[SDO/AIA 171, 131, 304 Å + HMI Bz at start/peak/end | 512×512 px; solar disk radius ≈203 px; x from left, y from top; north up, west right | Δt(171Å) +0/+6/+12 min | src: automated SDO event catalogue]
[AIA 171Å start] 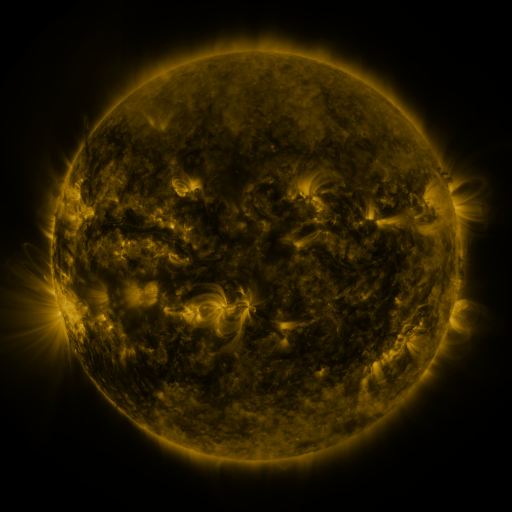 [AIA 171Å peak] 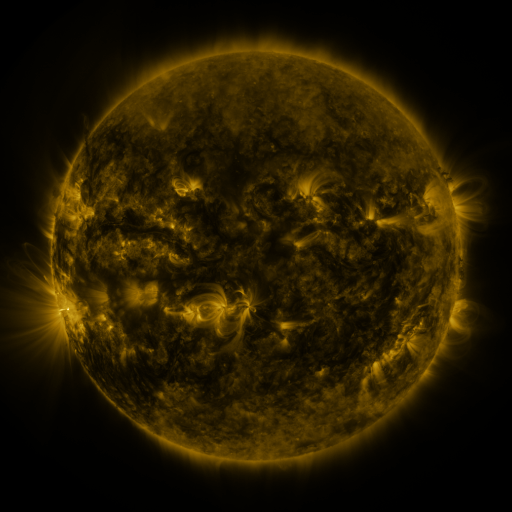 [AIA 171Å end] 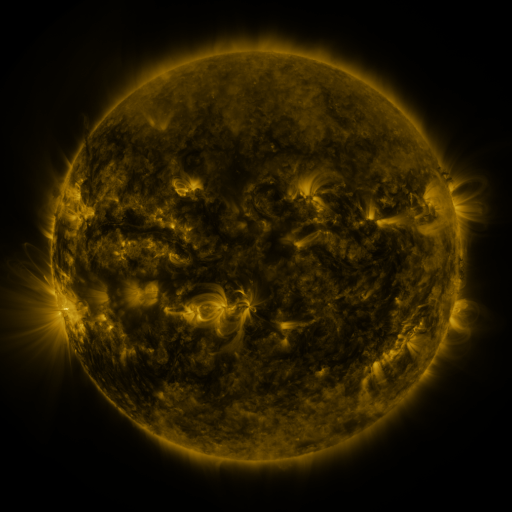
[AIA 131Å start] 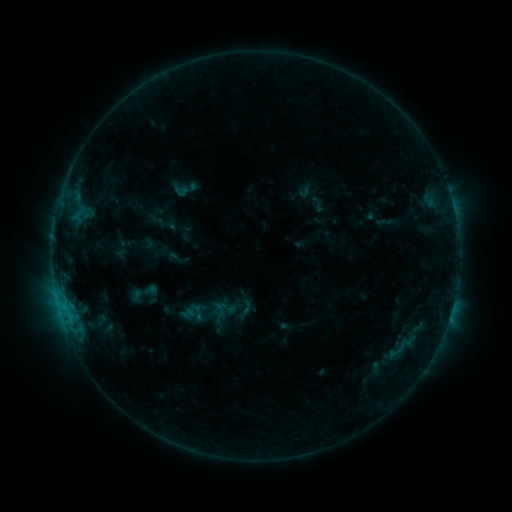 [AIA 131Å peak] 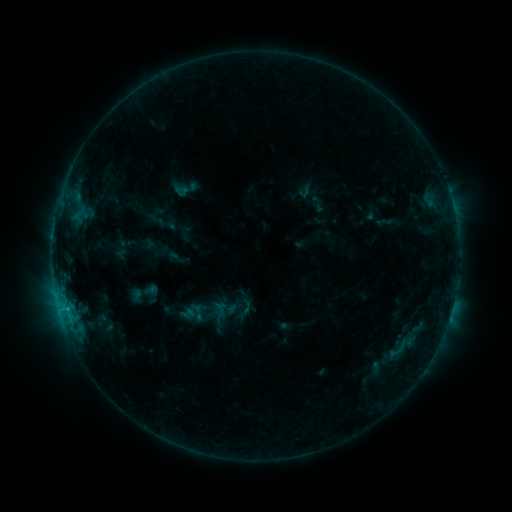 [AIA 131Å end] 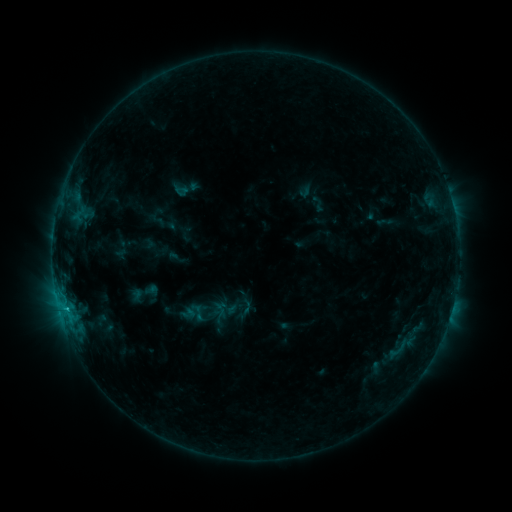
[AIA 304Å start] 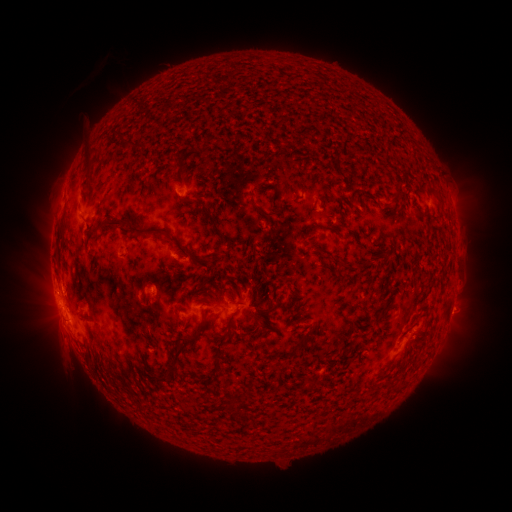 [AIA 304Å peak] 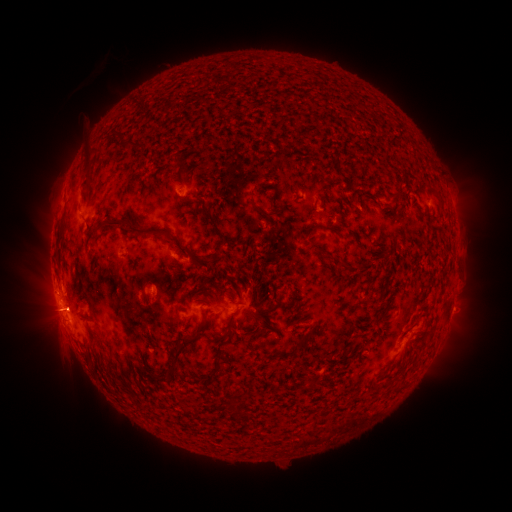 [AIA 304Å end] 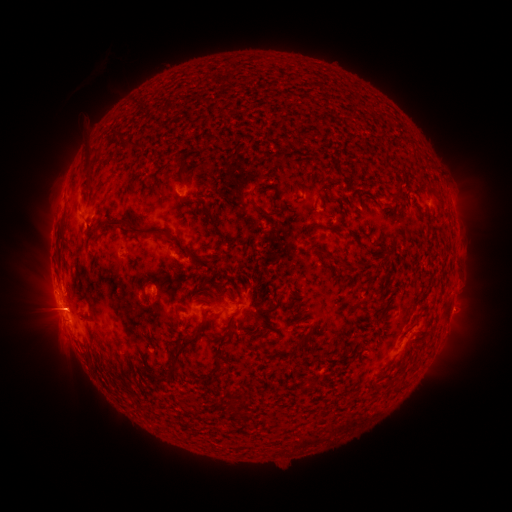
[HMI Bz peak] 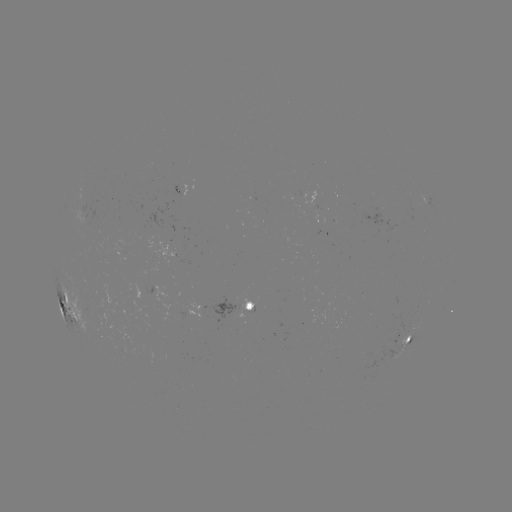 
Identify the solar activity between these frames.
eruption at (67, 312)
